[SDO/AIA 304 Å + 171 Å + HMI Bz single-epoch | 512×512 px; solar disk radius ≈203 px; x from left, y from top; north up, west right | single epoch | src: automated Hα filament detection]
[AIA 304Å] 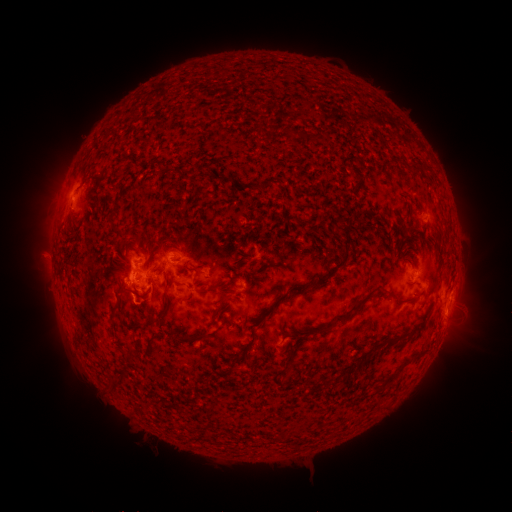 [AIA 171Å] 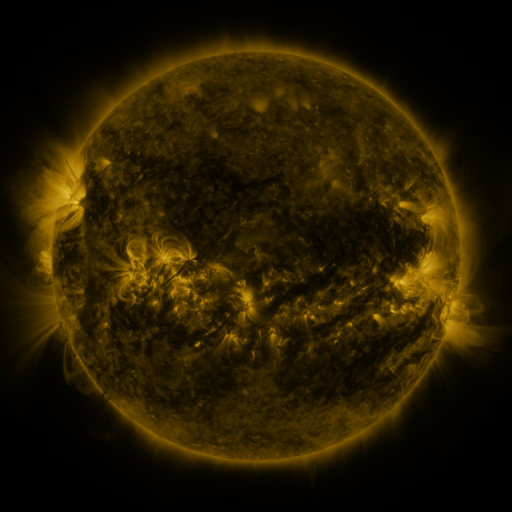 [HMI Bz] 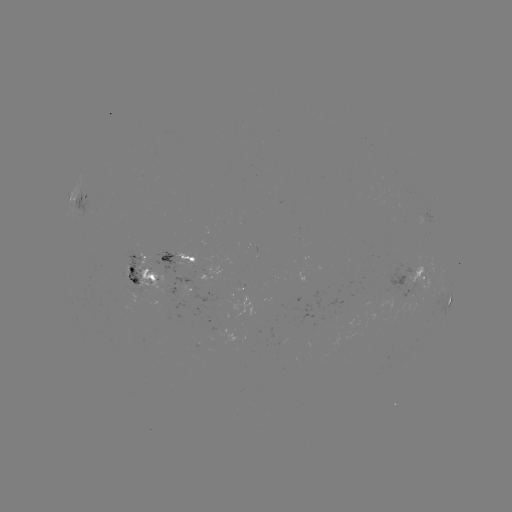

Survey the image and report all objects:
filament: <bbox>57, 221, 82, 279</bbox>
filament: <bbox>216, 261, 266, 312</bbox>
filament: <bbox>164, 274, 171, 290</bbox>
filament: <bbox>192, 276, 216, 294</bbox>
filament: <bbox>291, 284, 305, 291</bbox>
filament: <bbox>184, 290, 195, 304</bbox>
filament: <bbox>271, 293, 288, 310</bbox>
filament: <bbox>176, 329, 211, 344</bbox>
filament: <bbox>147, 334, 159, 349</bbox>
filament: <bbox>386, 336, 394, 346</bbox>
filament: <bbox>388, 372, 397, 380</bbox>
filament: <bbox>106, 374, 122, 395</bbox>
